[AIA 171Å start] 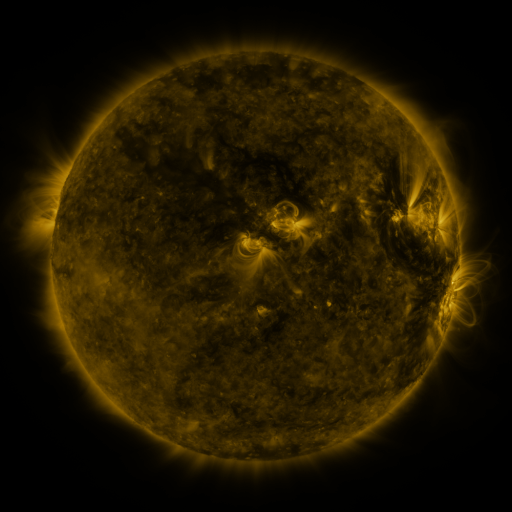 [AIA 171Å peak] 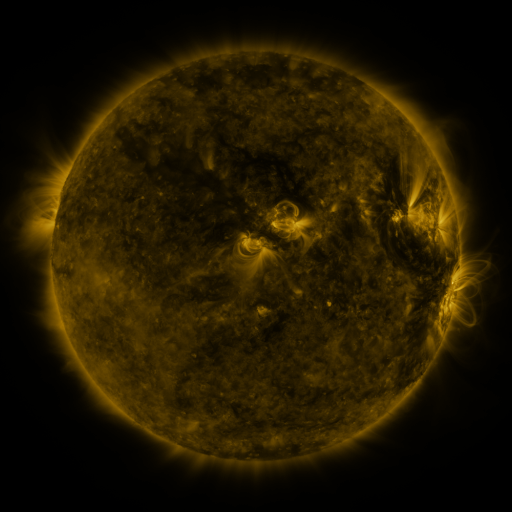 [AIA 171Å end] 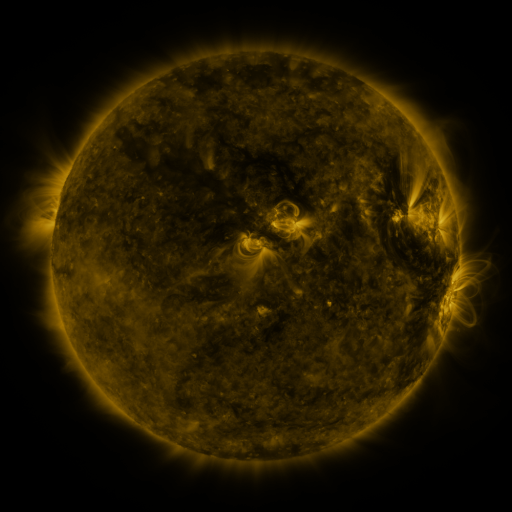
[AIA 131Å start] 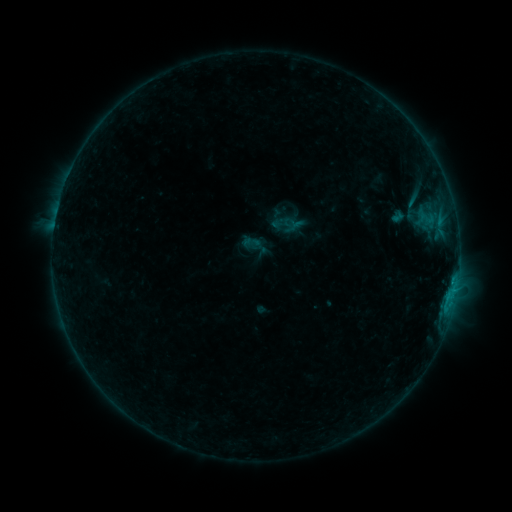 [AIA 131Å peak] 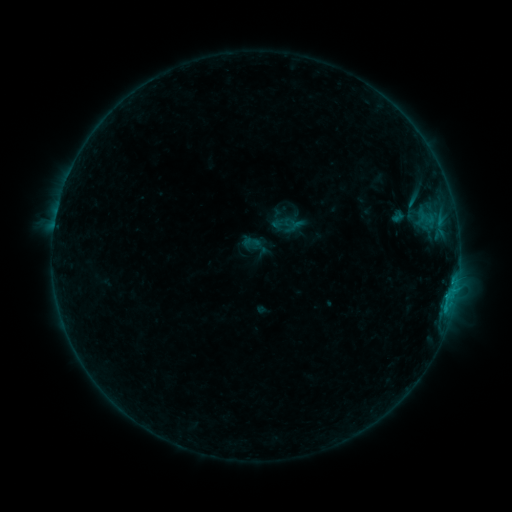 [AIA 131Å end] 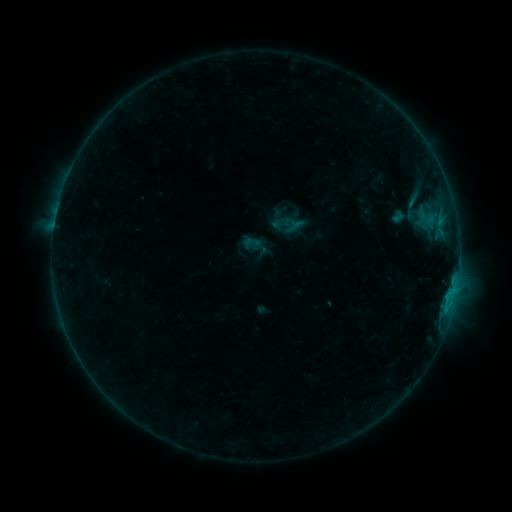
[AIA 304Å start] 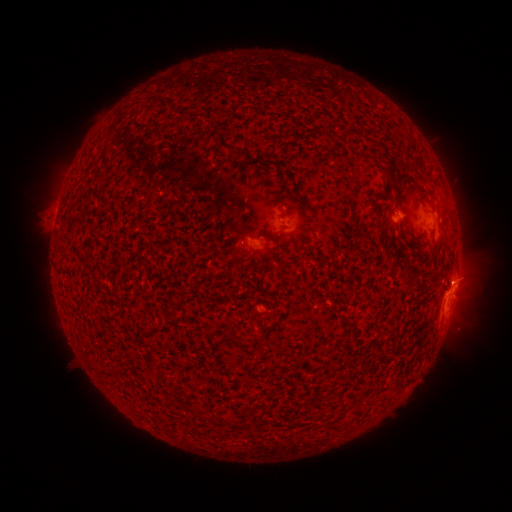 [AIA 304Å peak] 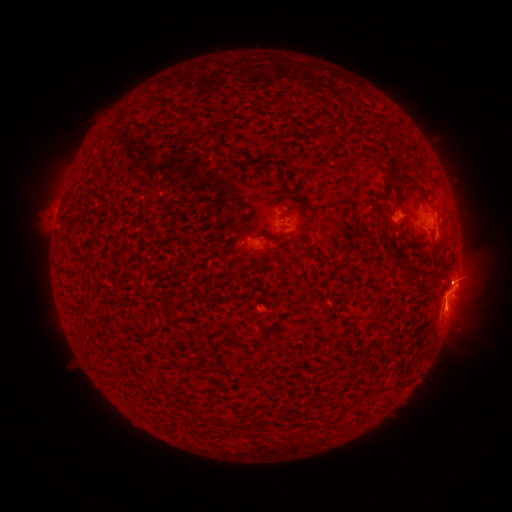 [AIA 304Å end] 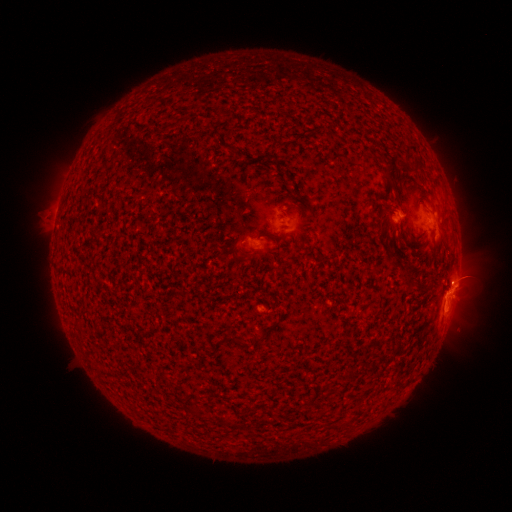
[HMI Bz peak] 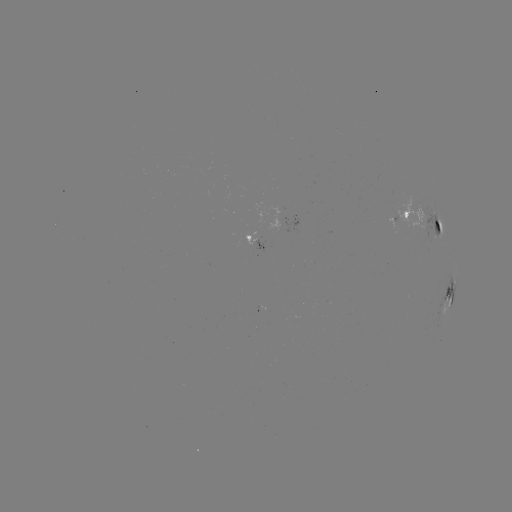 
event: eruption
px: (446, 310)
